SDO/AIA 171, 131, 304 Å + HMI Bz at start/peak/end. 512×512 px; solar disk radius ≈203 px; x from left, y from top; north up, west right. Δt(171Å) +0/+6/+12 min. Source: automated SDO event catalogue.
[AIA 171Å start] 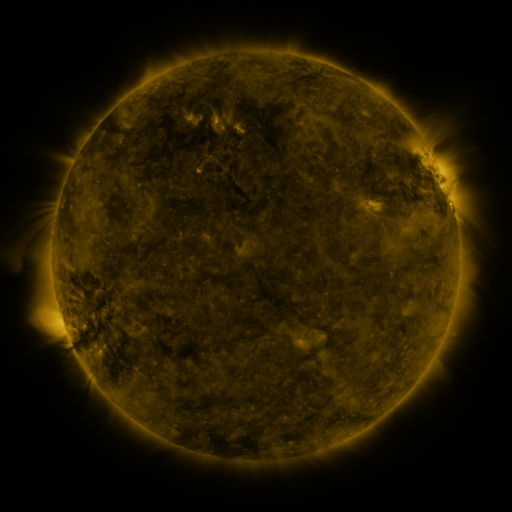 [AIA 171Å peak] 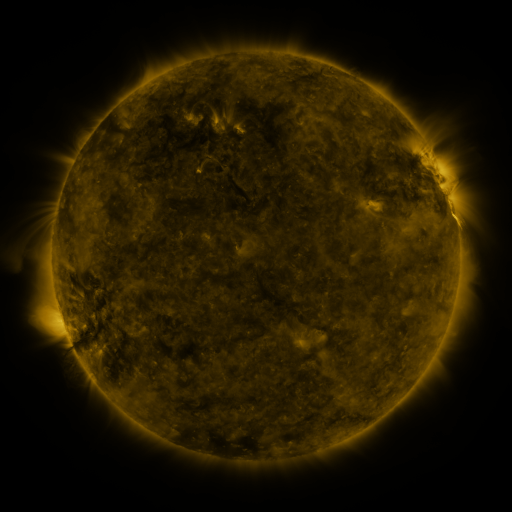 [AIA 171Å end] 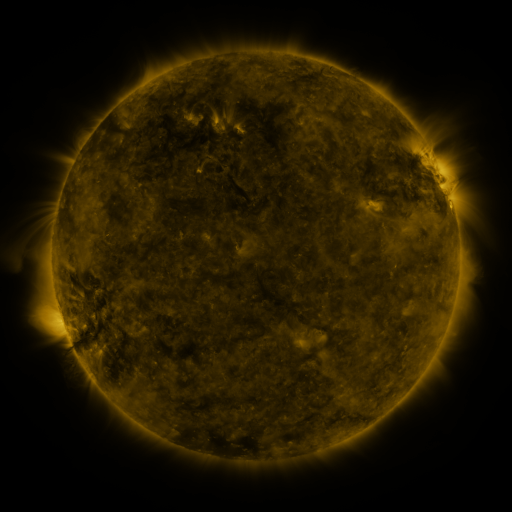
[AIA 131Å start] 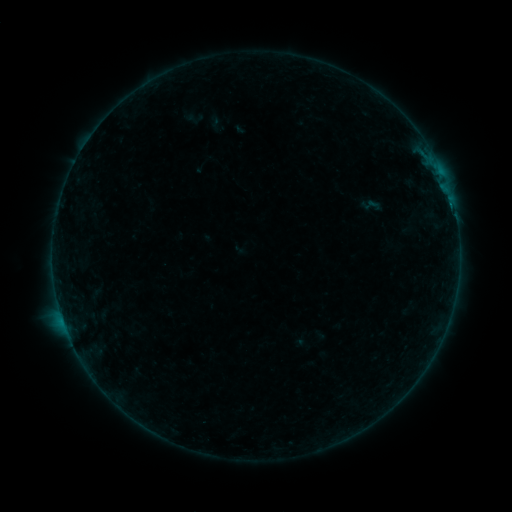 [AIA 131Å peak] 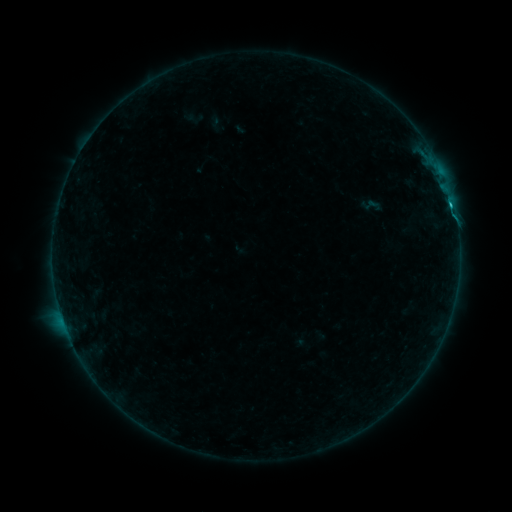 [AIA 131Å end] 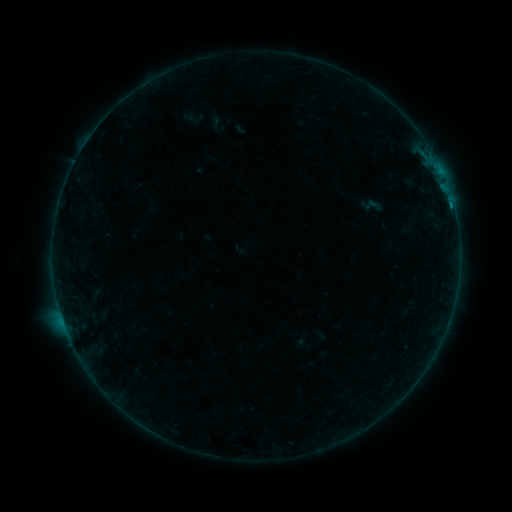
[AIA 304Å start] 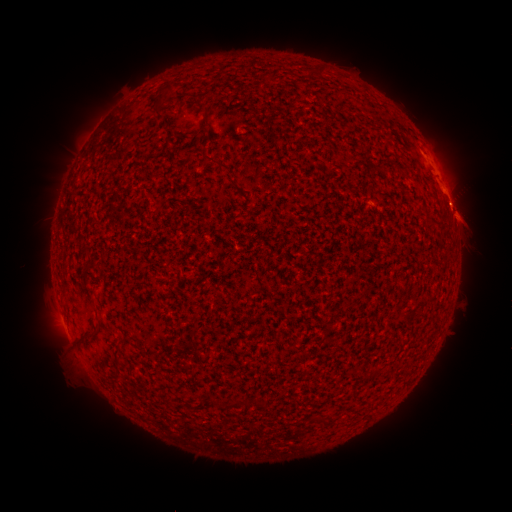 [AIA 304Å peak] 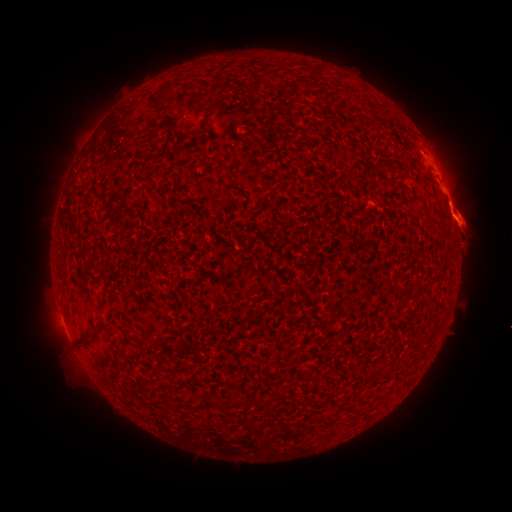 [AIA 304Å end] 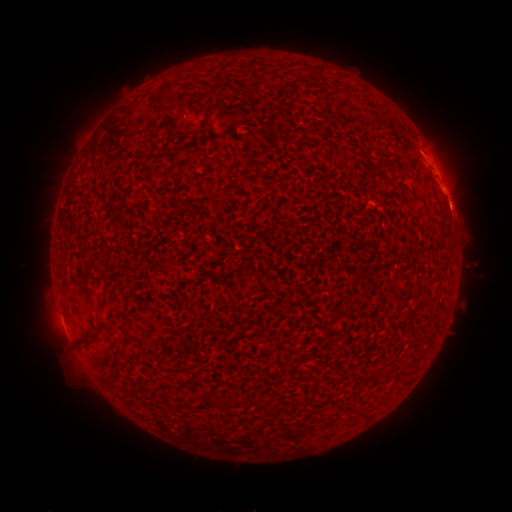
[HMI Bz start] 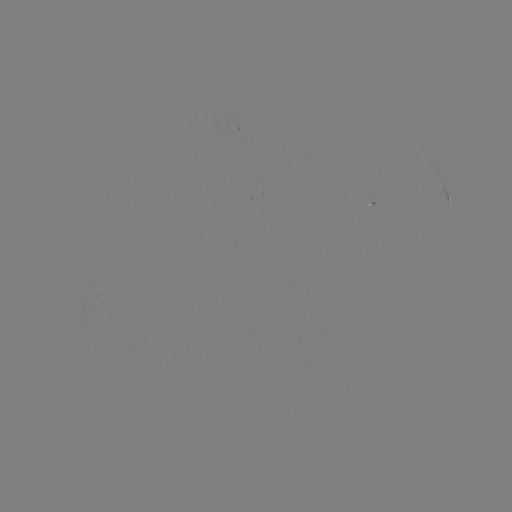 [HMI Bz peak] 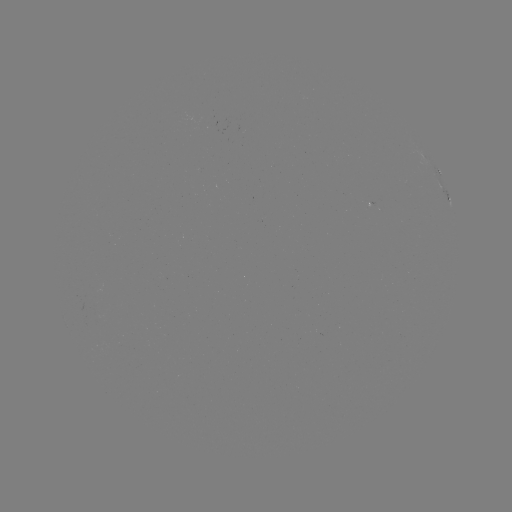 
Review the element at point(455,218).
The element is B6.6 flare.